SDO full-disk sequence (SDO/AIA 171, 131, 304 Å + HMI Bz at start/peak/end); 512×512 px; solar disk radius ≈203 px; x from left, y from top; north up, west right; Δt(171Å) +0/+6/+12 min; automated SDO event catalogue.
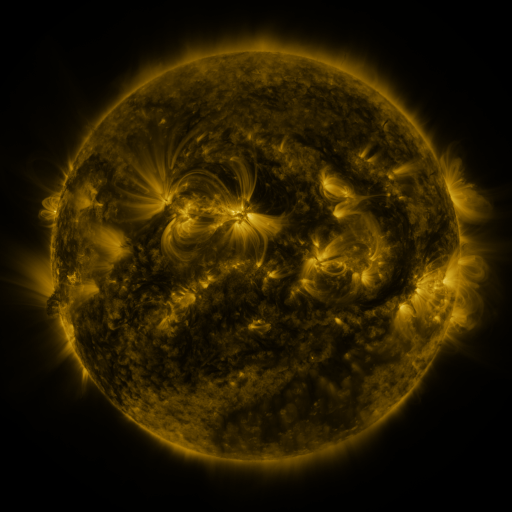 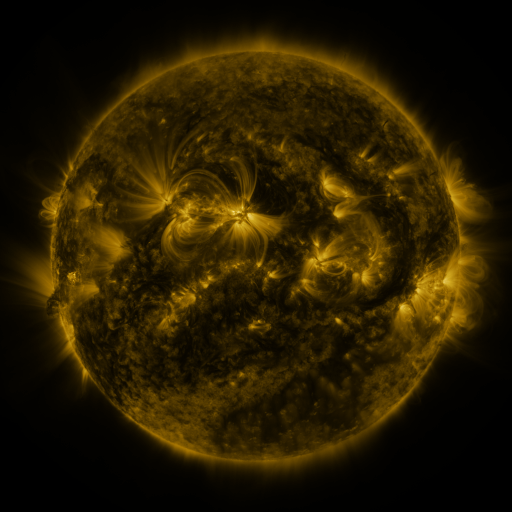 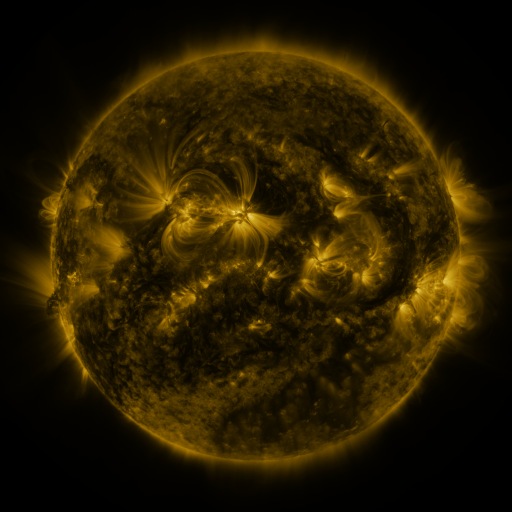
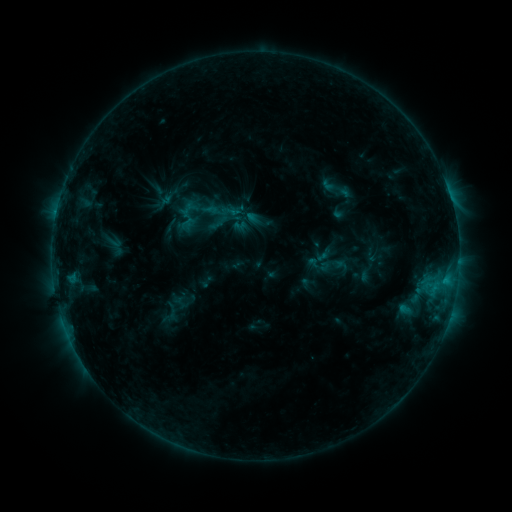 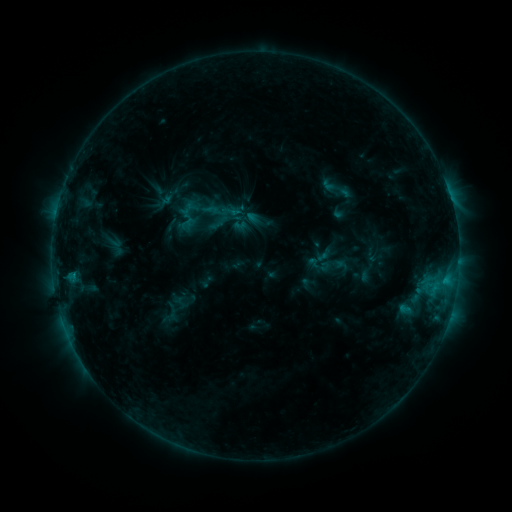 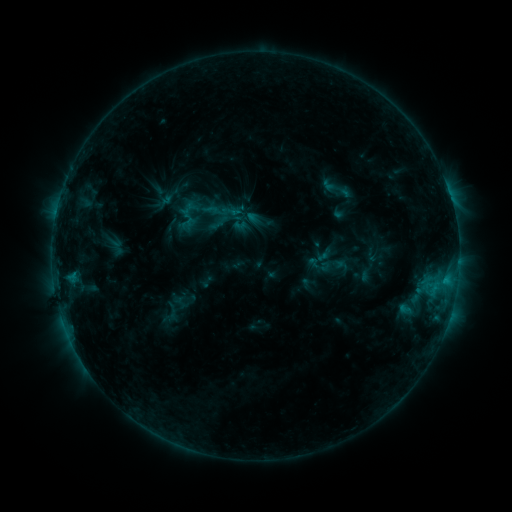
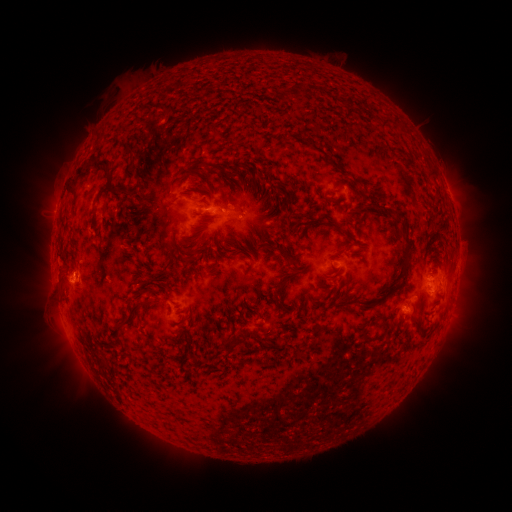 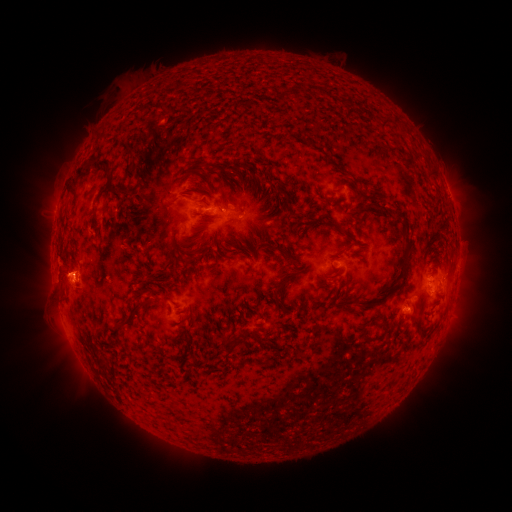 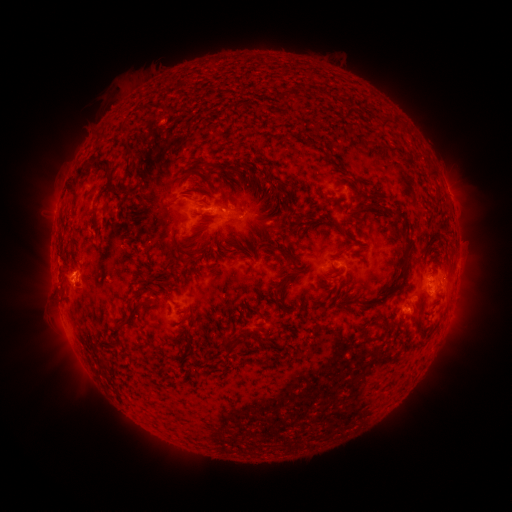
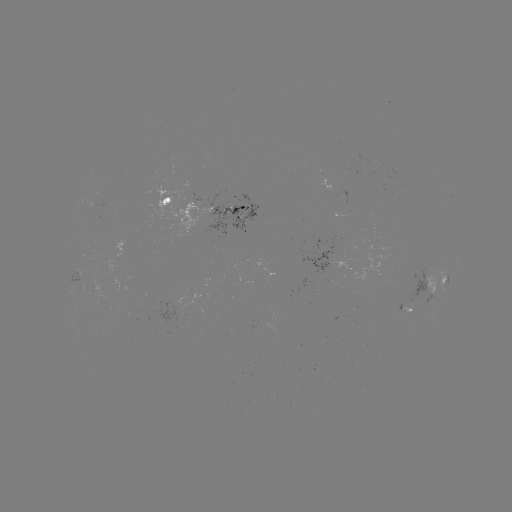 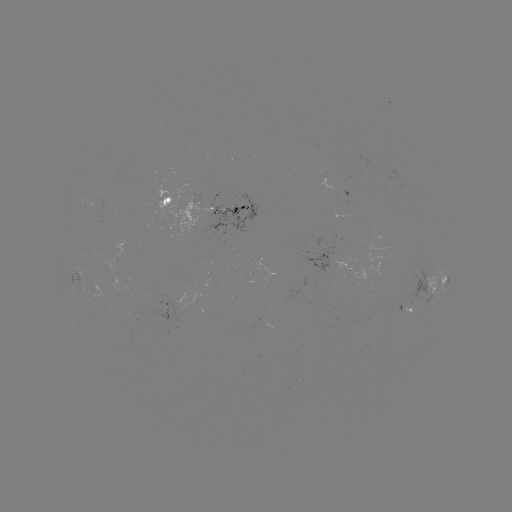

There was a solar eruption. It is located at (70, 272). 